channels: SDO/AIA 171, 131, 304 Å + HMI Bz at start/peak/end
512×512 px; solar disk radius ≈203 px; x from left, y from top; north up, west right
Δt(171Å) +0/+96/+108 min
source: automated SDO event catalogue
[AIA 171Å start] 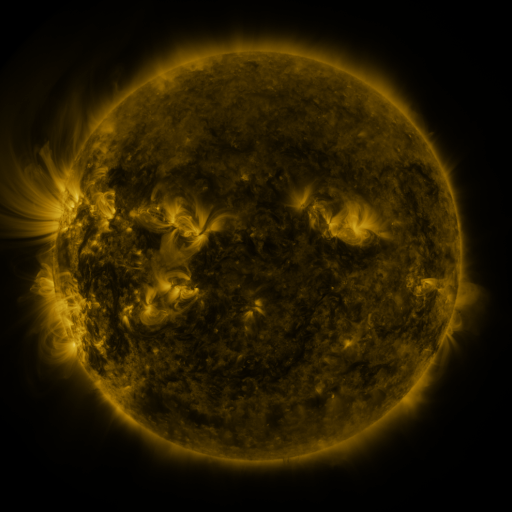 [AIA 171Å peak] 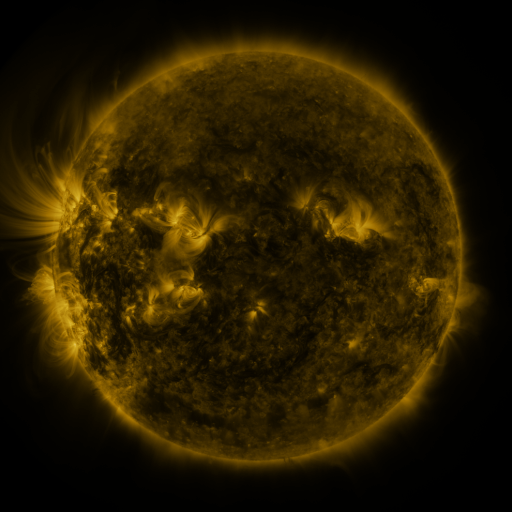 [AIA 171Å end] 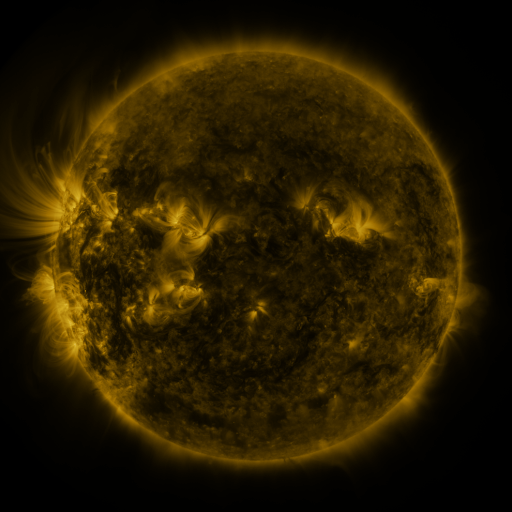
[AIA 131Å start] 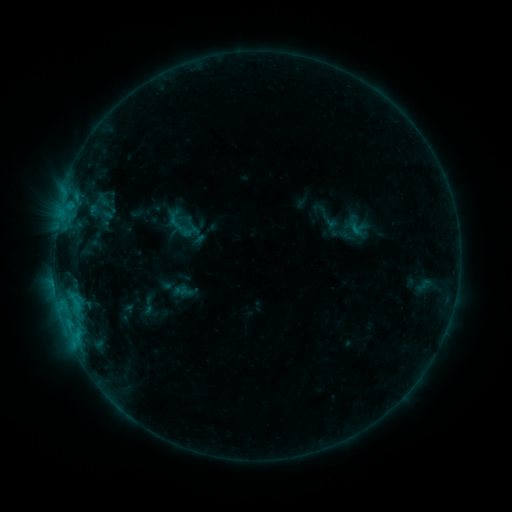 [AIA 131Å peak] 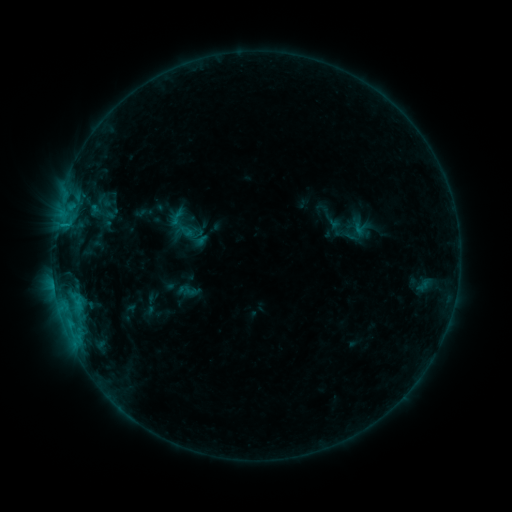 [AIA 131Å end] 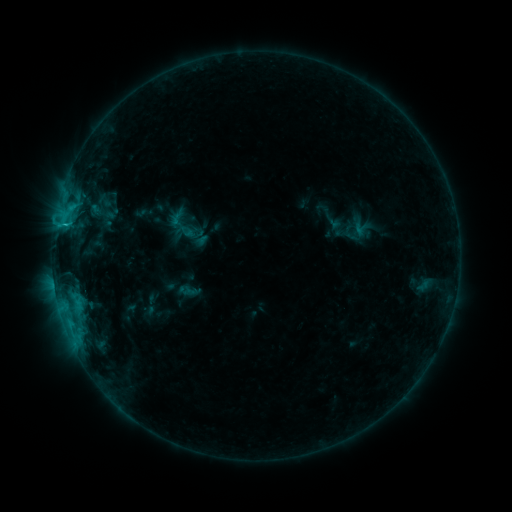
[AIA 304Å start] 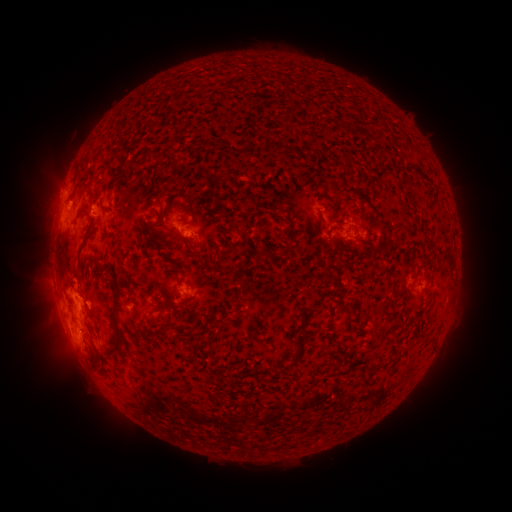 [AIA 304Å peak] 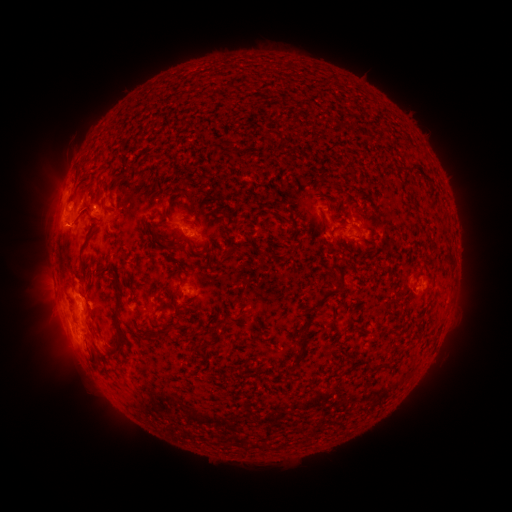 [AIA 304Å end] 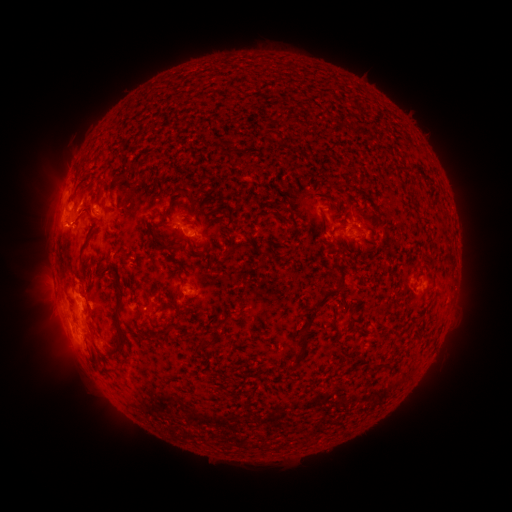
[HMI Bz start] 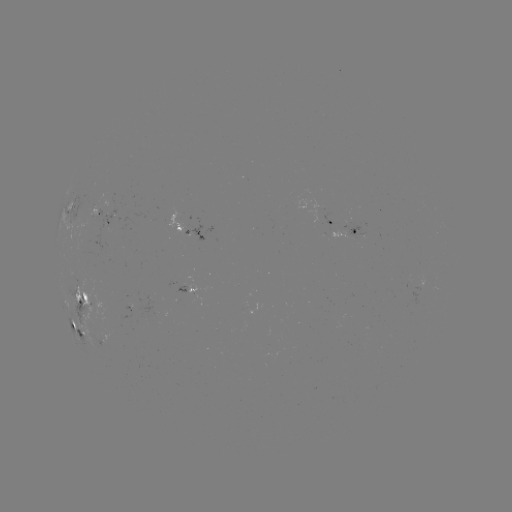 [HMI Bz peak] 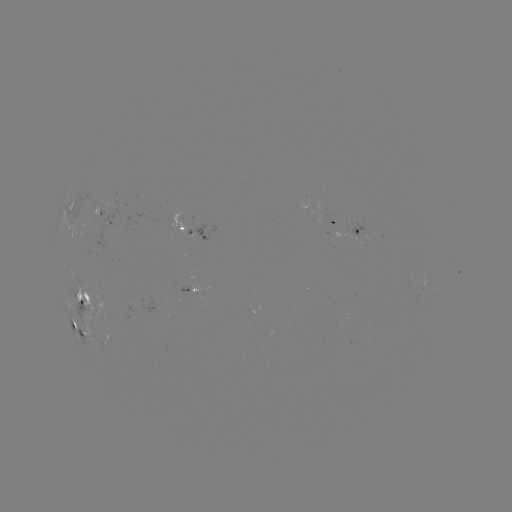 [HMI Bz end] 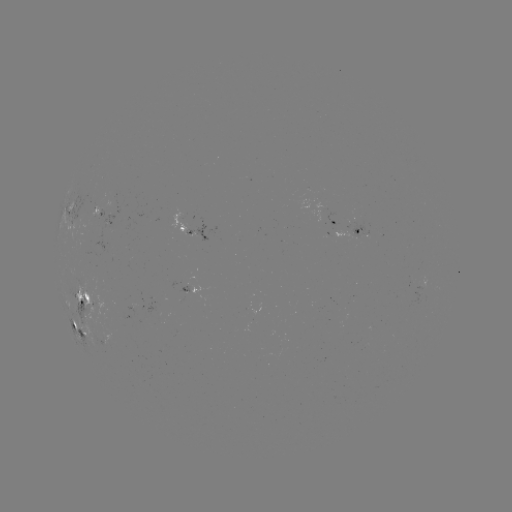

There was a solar emerging-flux region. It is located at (95, 213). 